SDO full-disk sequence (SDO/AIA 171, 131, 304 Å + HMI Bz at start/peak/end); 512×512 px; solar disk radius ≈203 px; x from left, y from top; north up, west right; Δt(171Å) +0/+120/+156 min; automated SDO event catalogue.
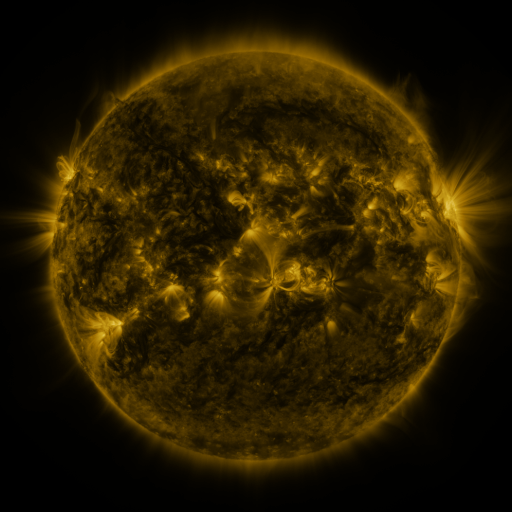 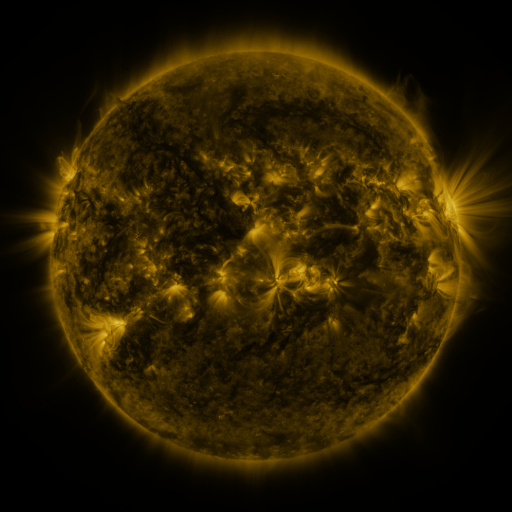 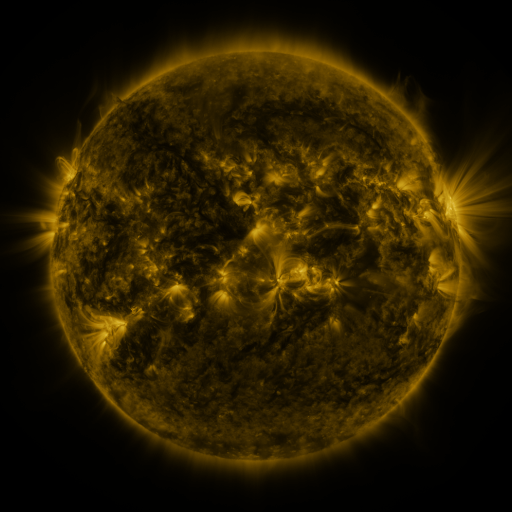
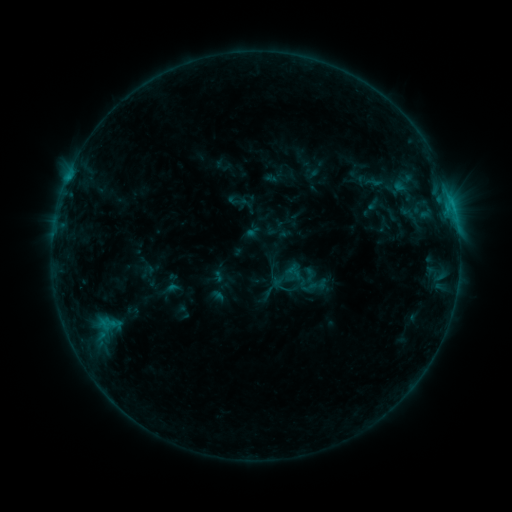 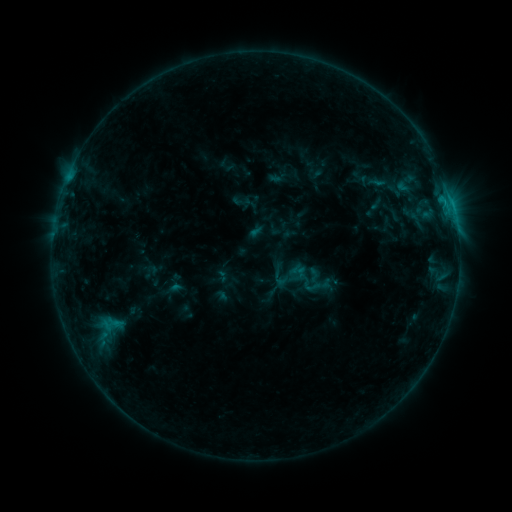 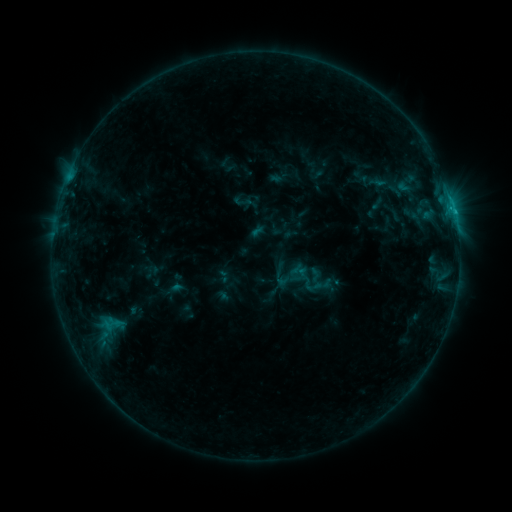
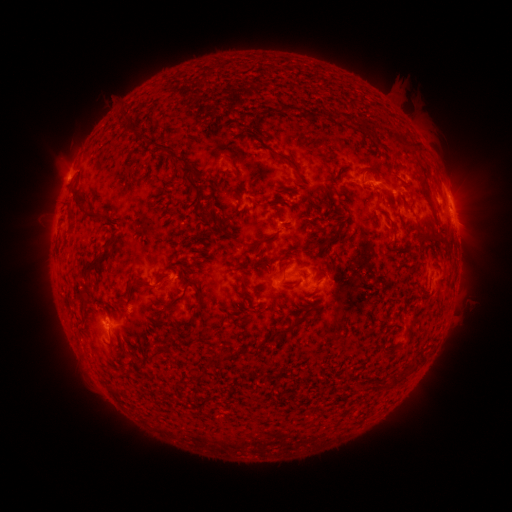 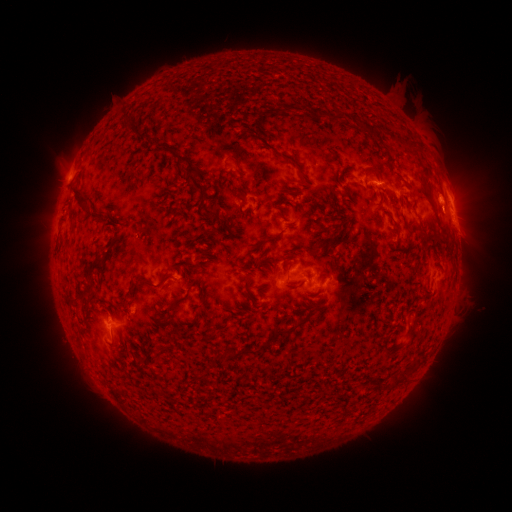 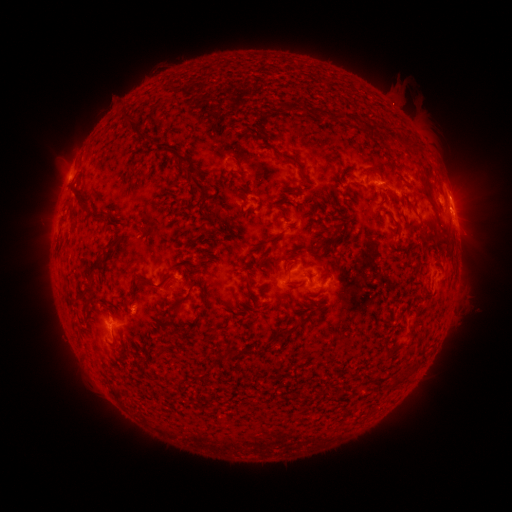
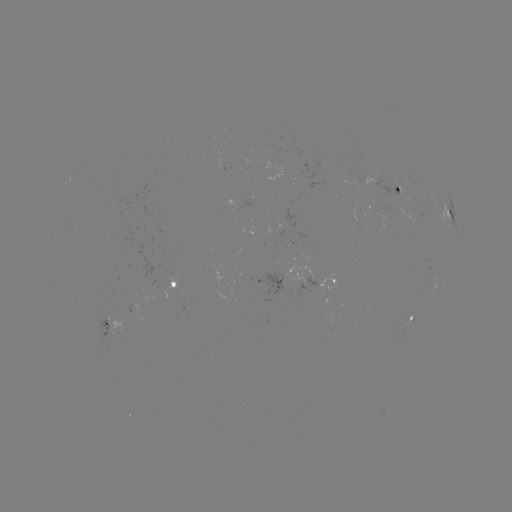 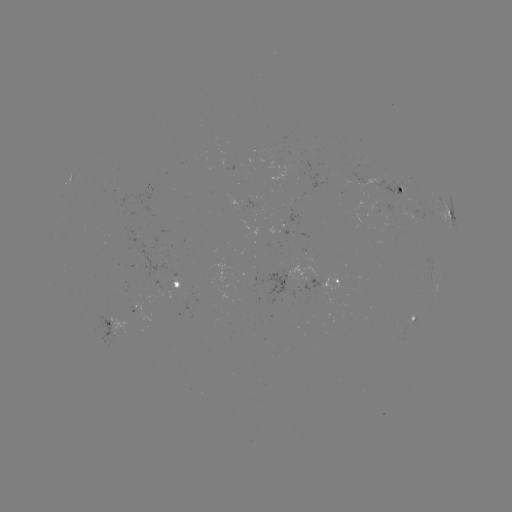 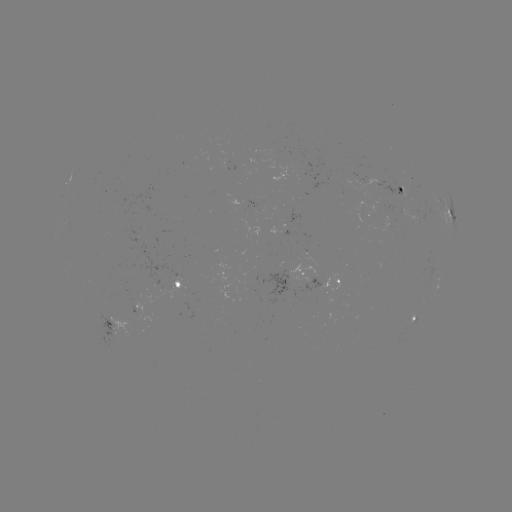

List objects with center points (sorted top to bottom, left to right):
emerging-flux region: (396, 193)
